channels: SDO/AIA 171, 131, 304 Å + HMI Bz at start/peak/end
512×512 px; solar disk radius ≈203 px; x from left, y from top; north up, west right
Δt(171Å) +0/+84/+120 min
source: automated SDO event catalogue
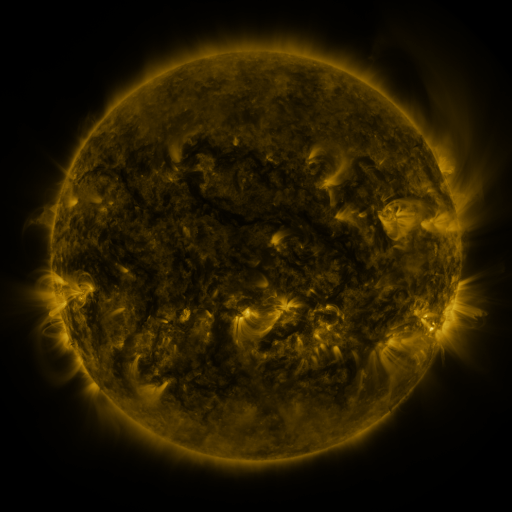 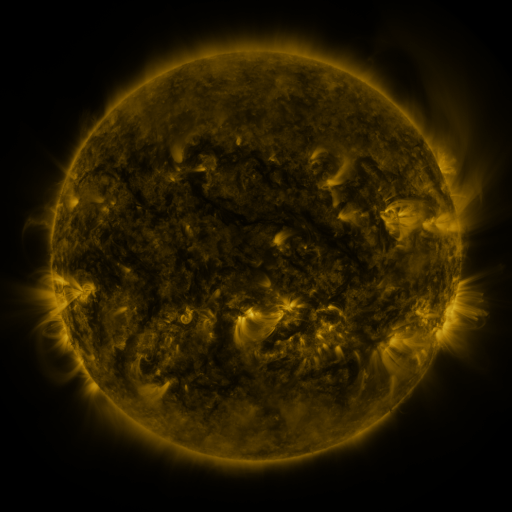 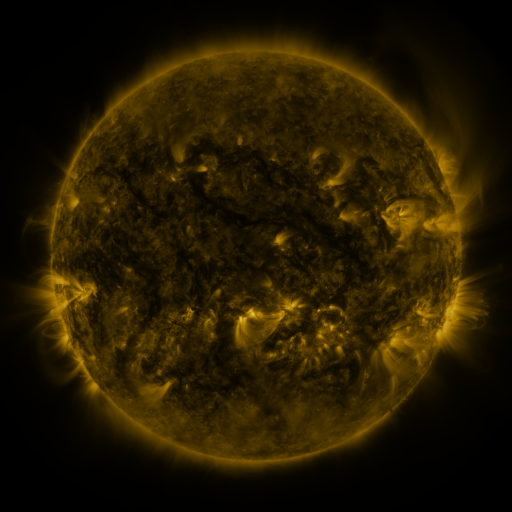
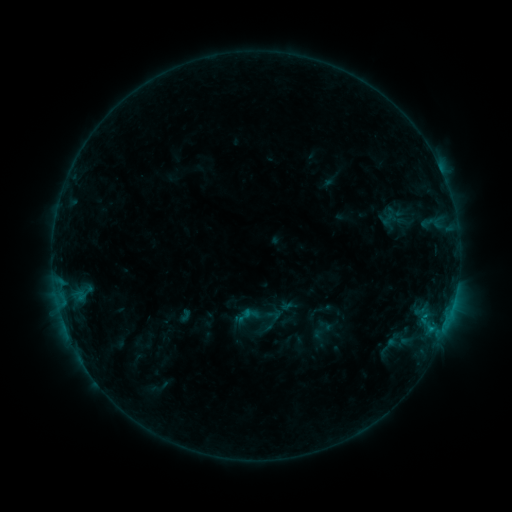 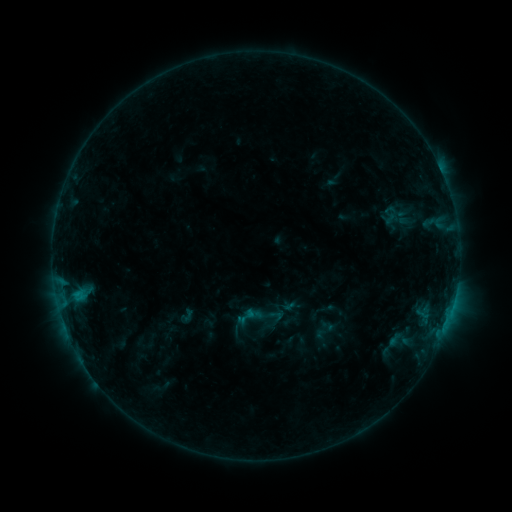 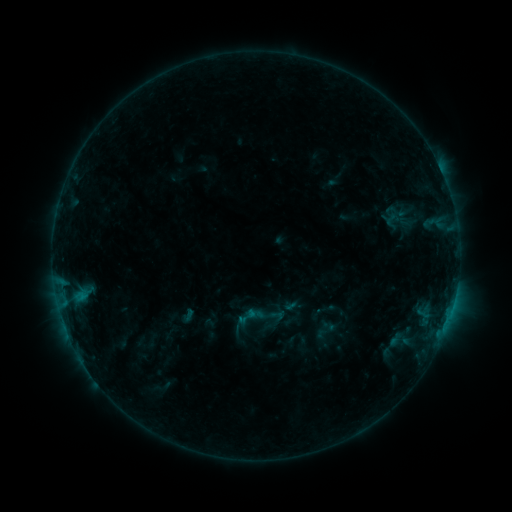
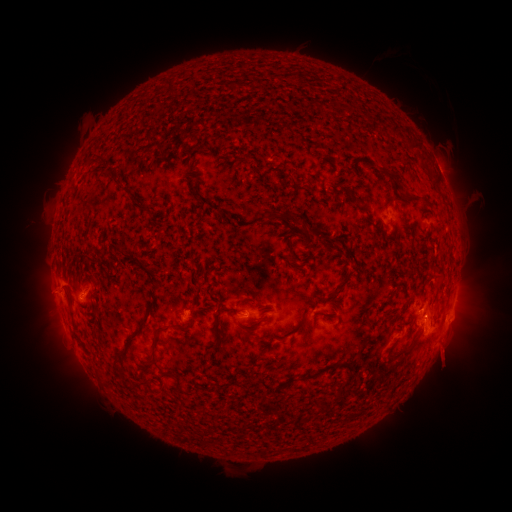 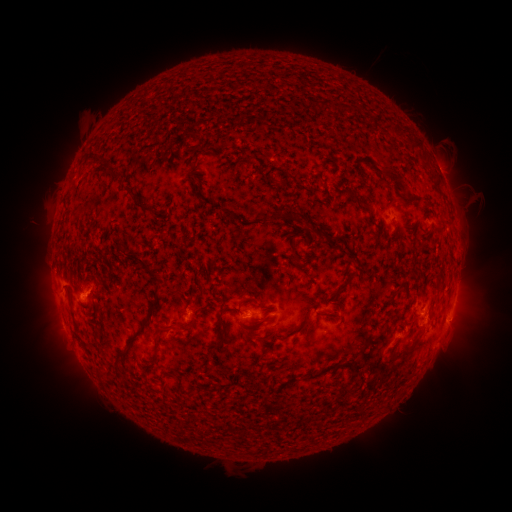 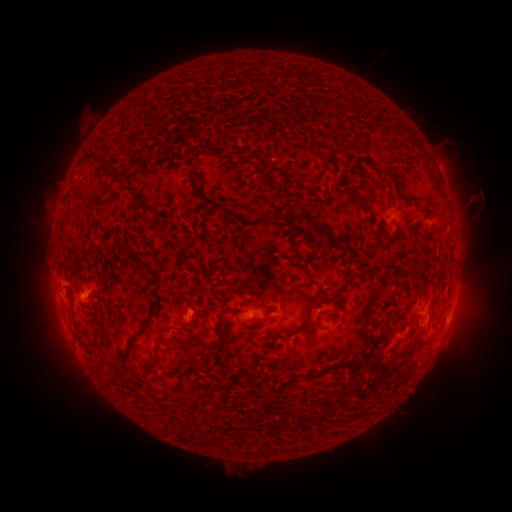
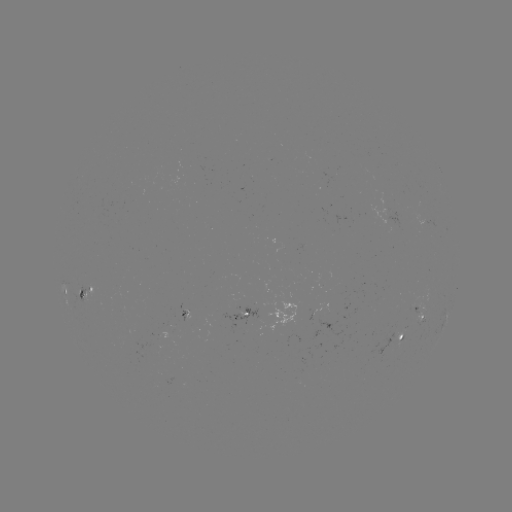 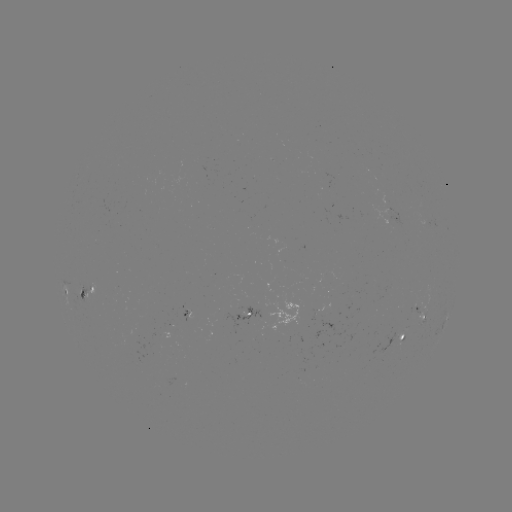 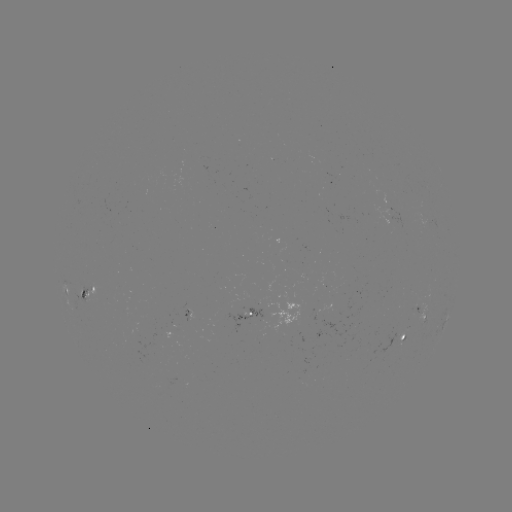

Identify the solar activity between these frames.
emerging-flux region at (386, 201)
